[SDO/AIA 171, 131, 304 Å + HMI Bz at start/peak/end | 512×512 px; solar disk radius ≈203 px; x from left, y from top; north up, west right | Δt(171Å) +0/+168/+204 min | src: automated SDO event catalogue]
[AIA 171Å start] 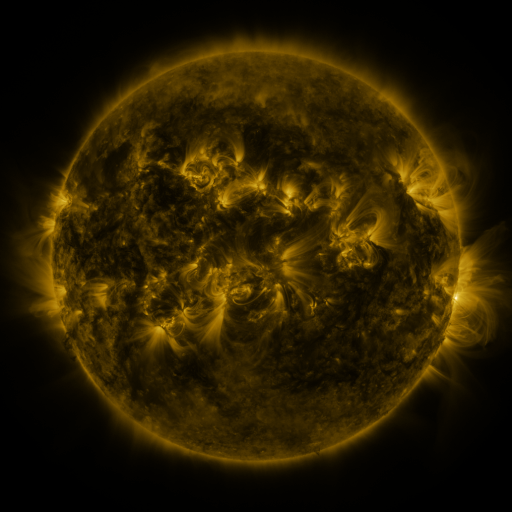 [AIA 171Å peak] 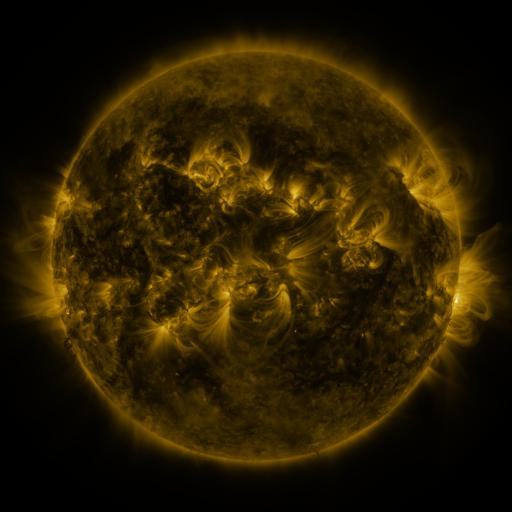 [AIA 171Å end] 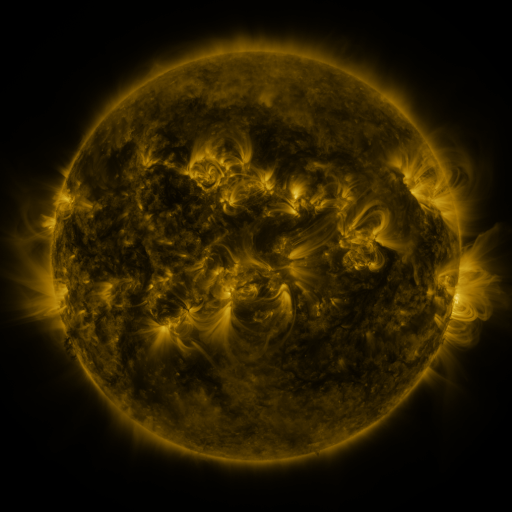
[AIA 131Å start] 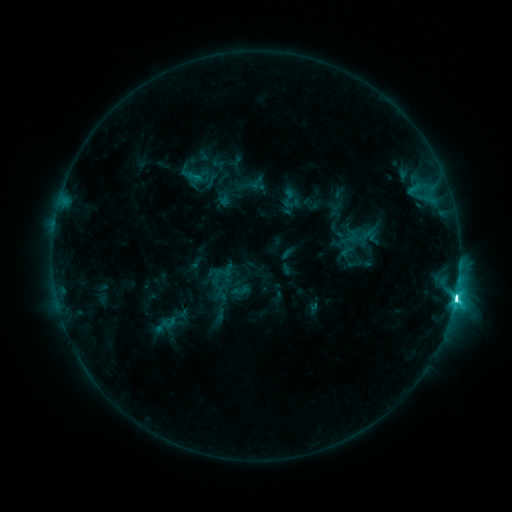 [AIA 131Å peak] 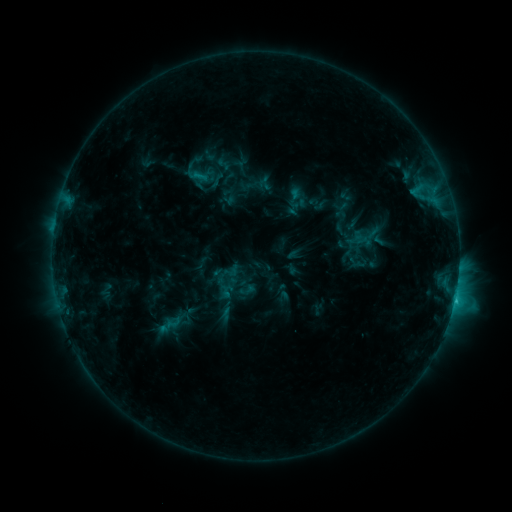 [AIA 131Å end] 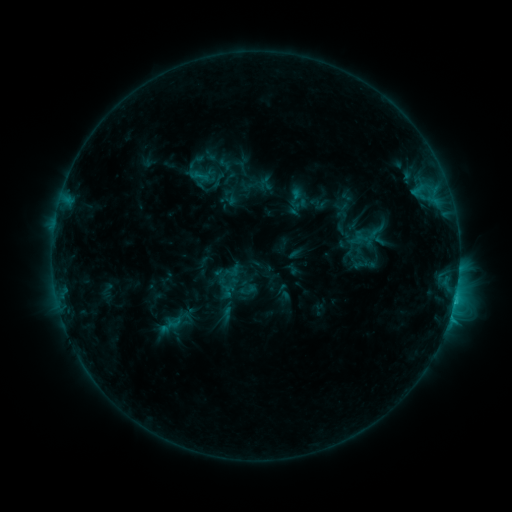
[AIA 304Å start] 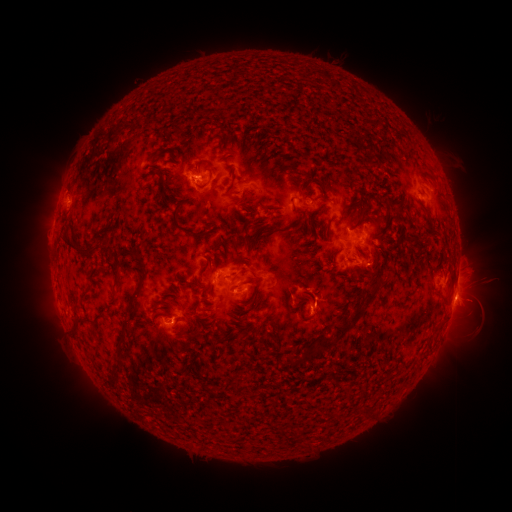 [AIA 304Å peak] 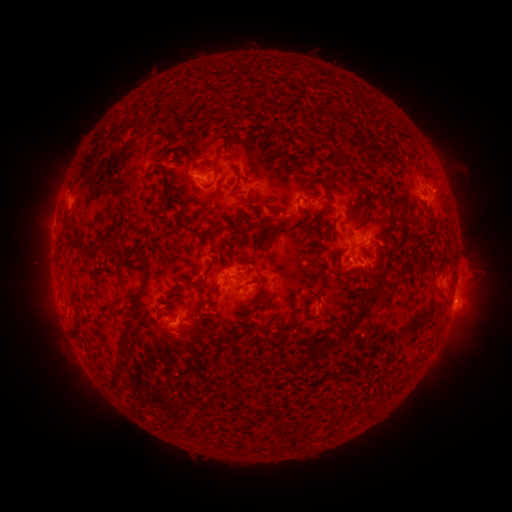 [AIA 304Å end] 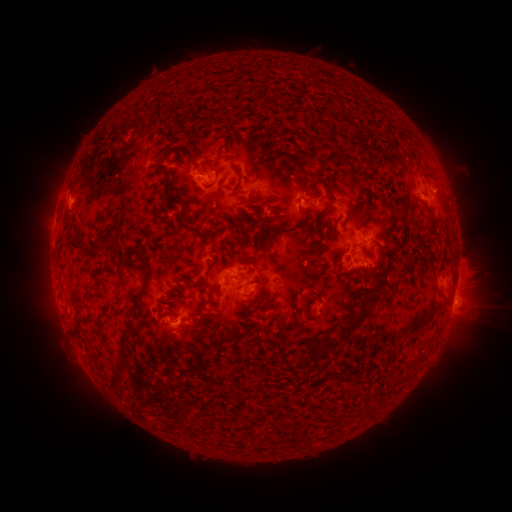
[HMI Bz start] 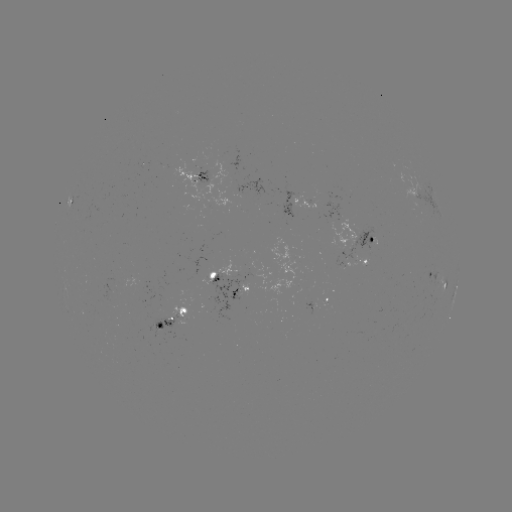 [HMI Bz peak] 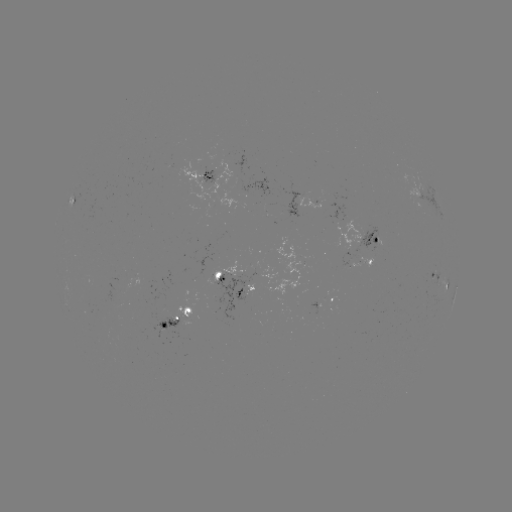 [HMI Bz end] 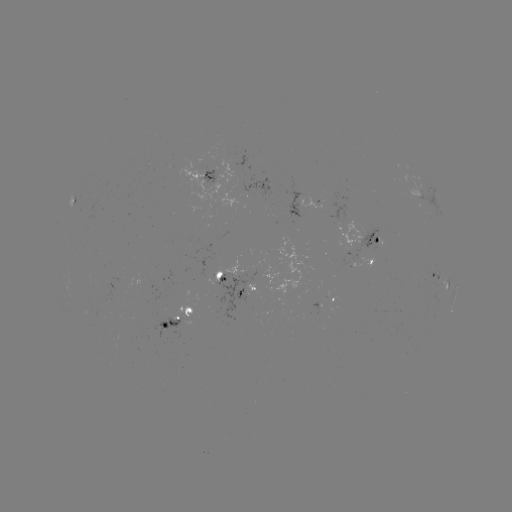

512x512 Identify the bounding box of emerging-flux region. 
[146, 317, 191, 338].